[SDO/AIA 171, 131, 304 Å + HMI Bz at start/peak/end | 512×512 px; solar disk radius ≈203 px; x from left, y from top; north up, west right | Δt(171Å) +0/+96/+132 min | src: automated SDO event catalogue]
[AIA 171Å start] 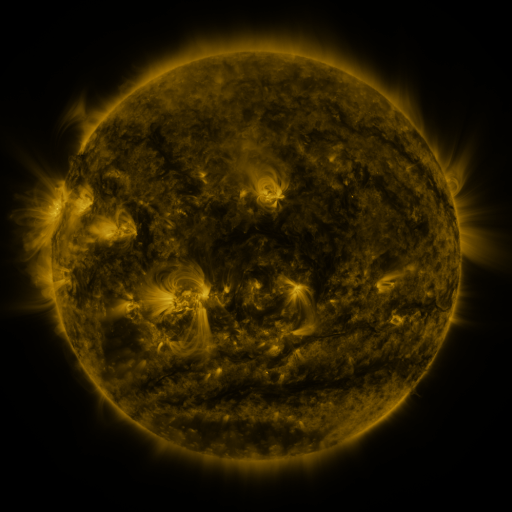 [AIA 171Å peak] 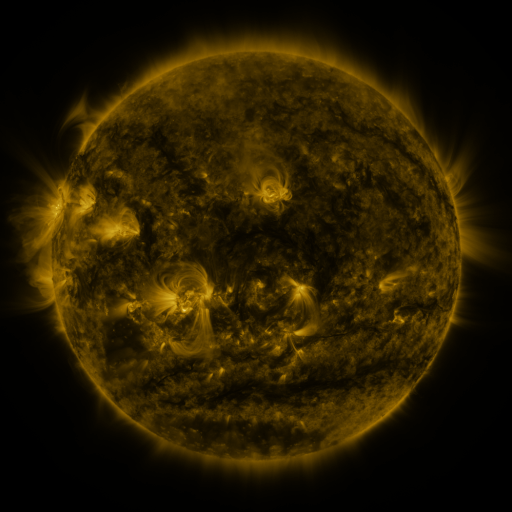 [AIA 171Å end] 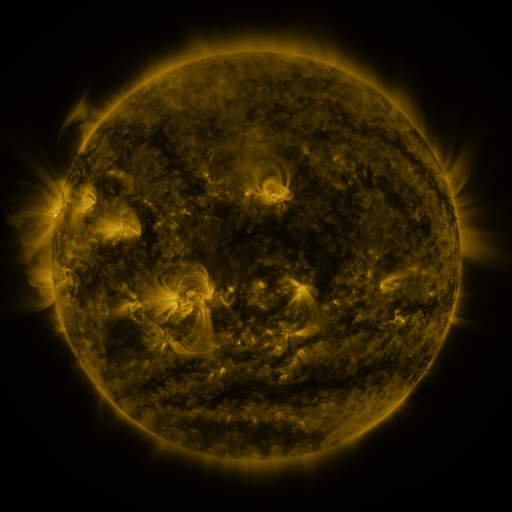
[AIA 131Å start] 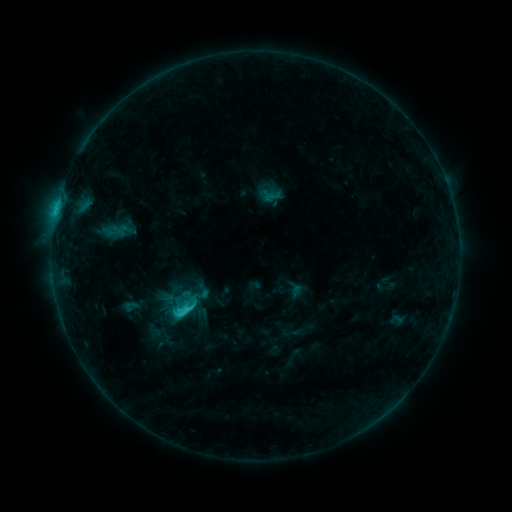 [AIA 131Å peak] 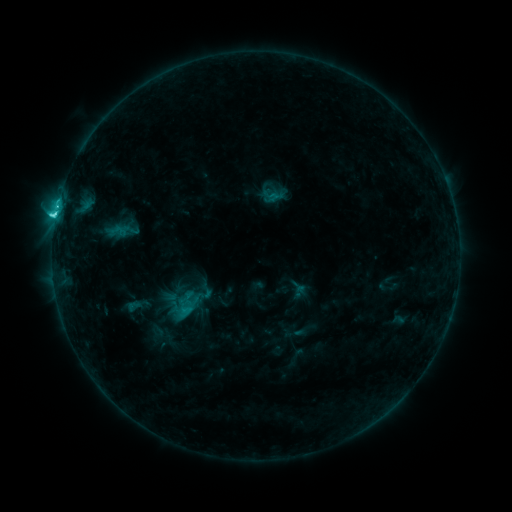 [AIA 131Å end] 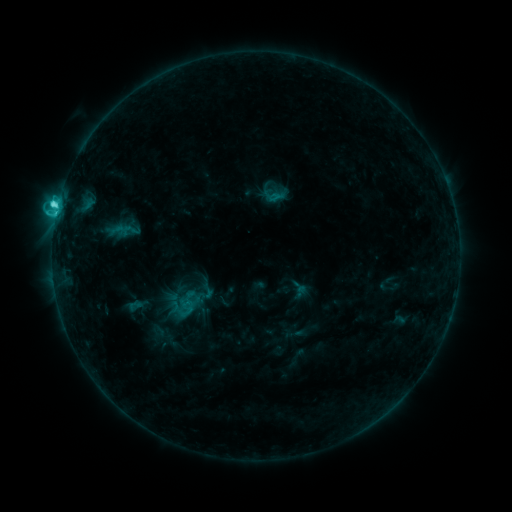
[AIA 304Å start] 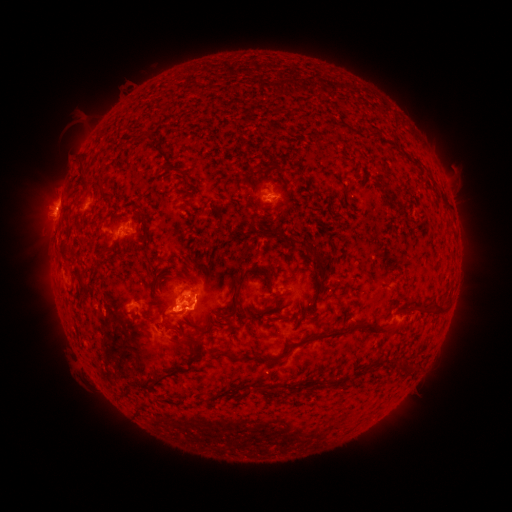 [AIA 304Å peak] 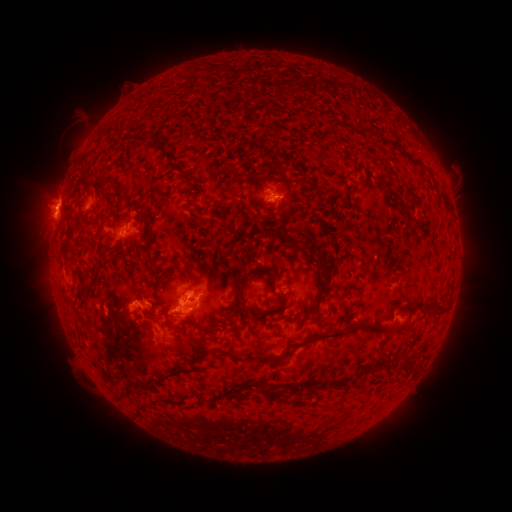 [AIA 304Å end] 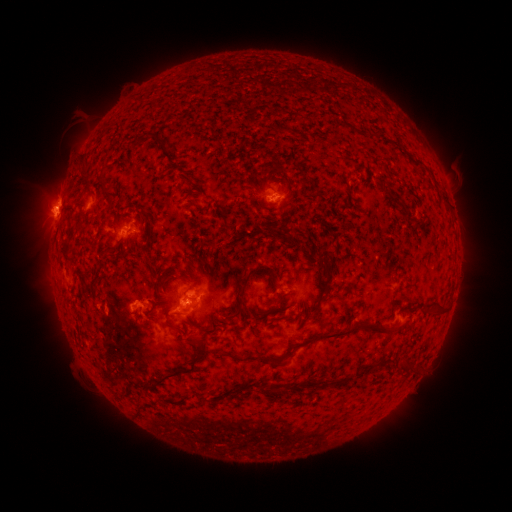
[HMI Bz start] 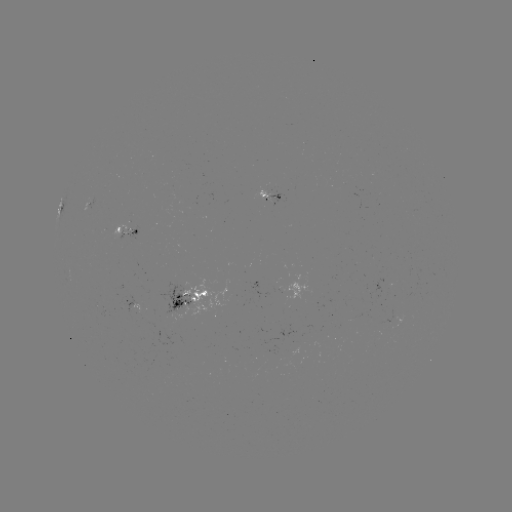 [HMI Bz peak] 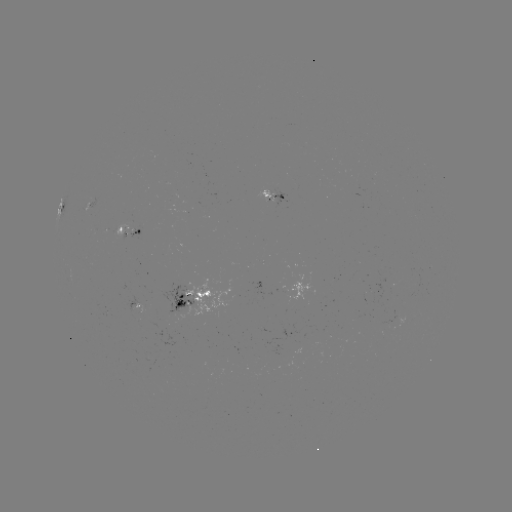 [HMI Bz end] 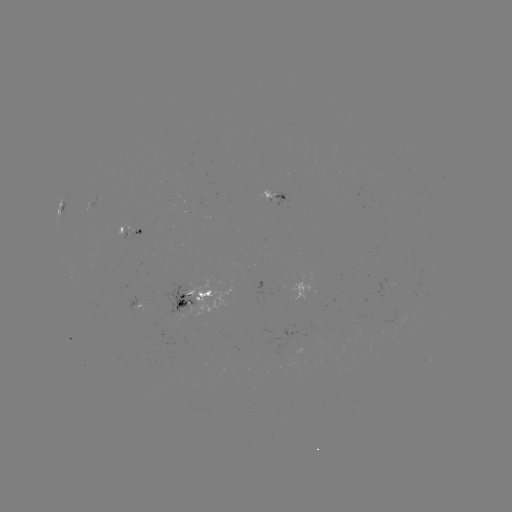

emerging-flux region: (116, 220, 133, 236)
